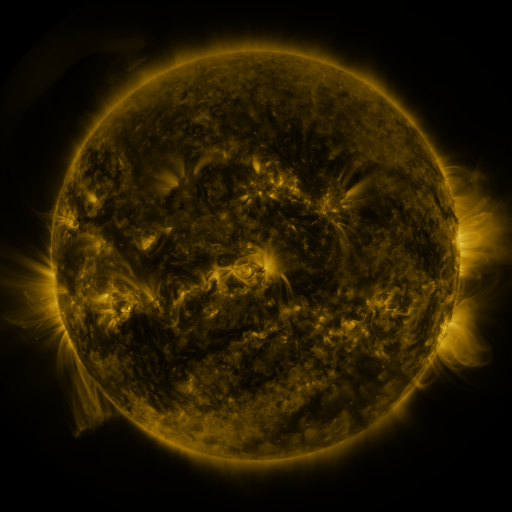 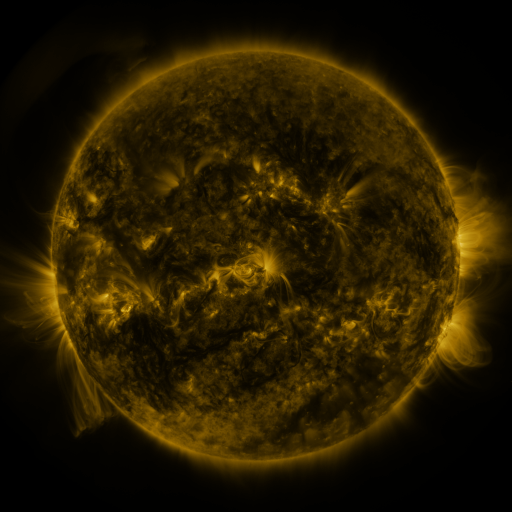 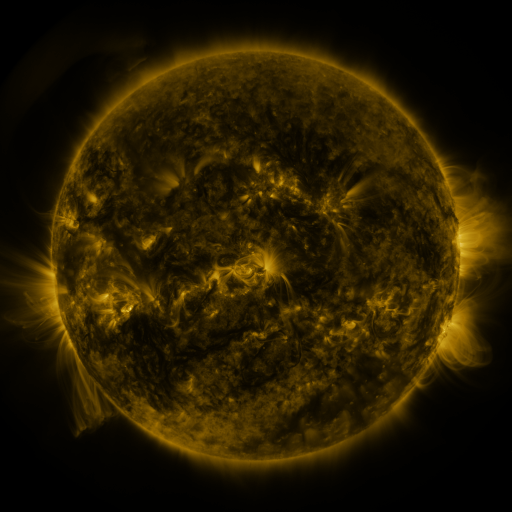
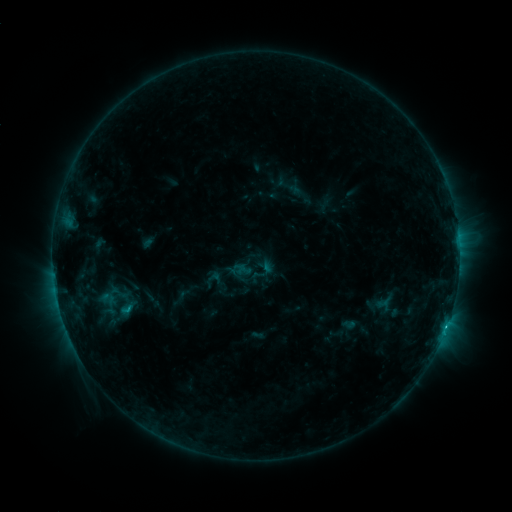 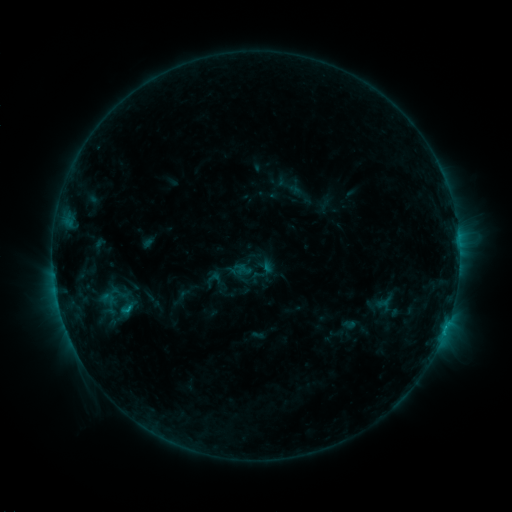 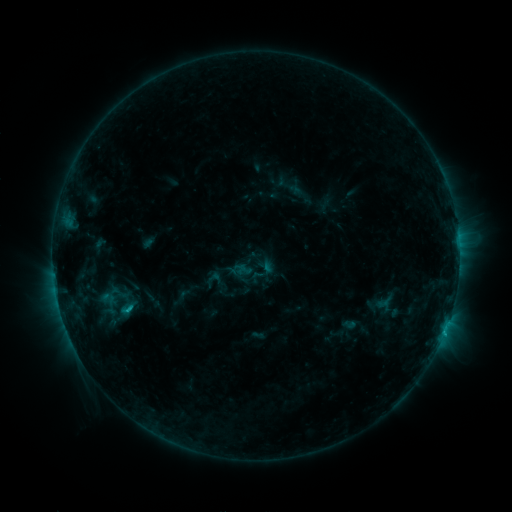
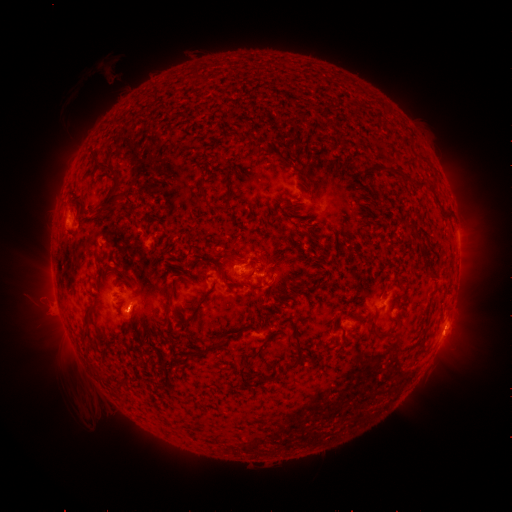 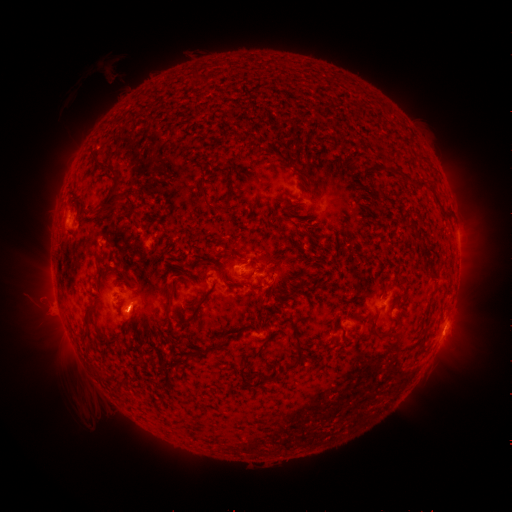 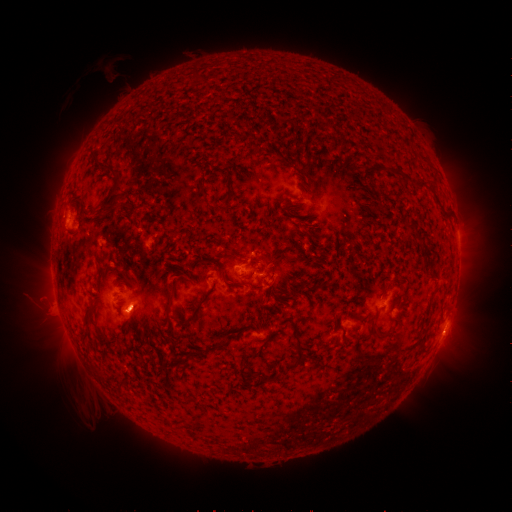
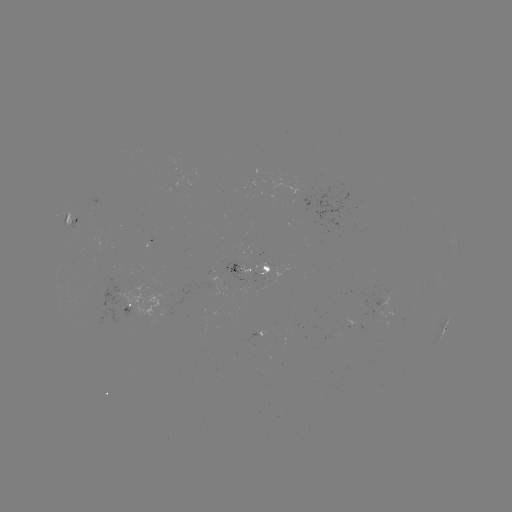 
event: flare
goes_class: C1.3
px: (128, 305)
